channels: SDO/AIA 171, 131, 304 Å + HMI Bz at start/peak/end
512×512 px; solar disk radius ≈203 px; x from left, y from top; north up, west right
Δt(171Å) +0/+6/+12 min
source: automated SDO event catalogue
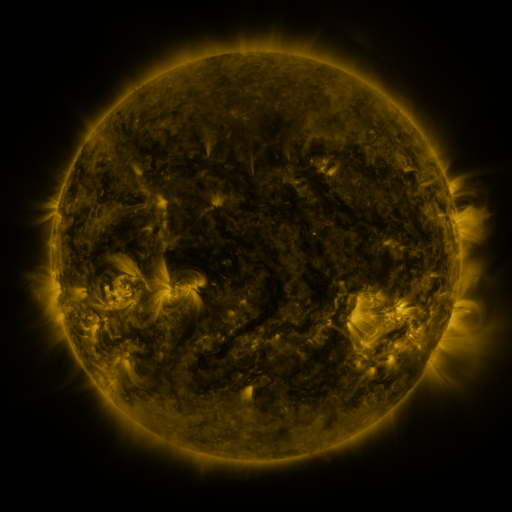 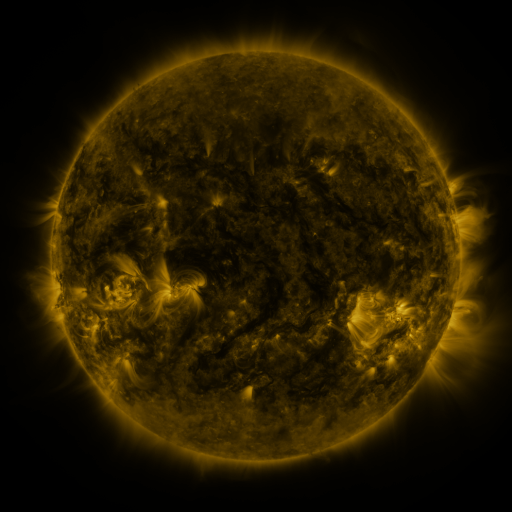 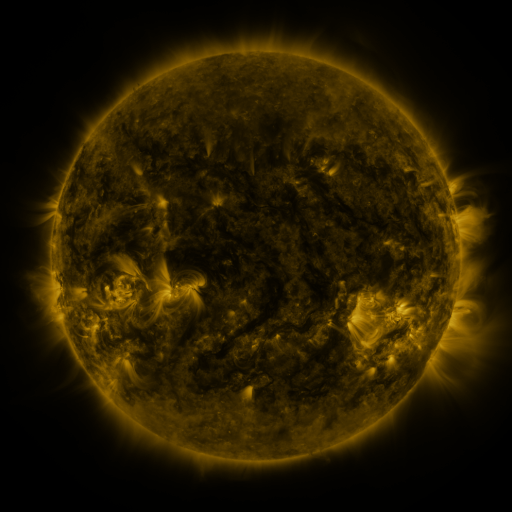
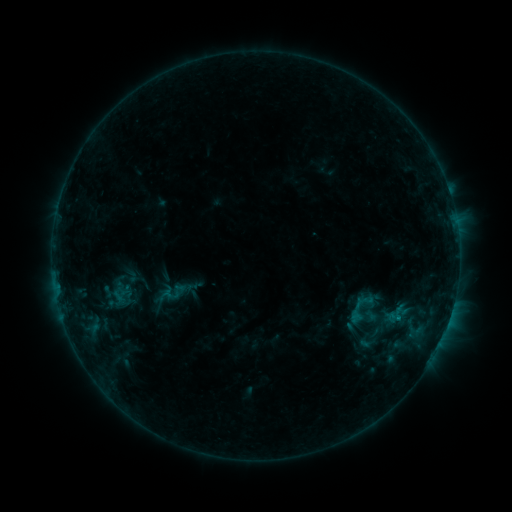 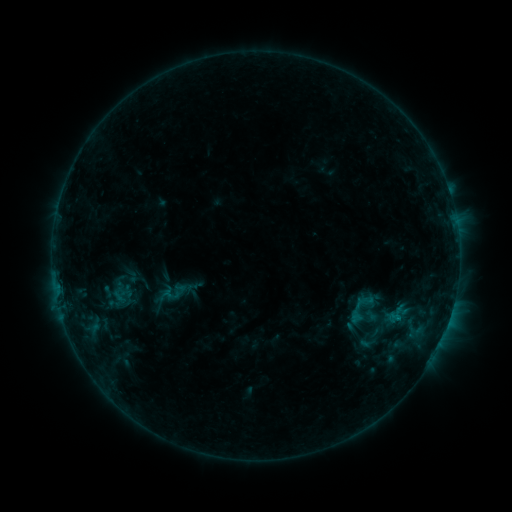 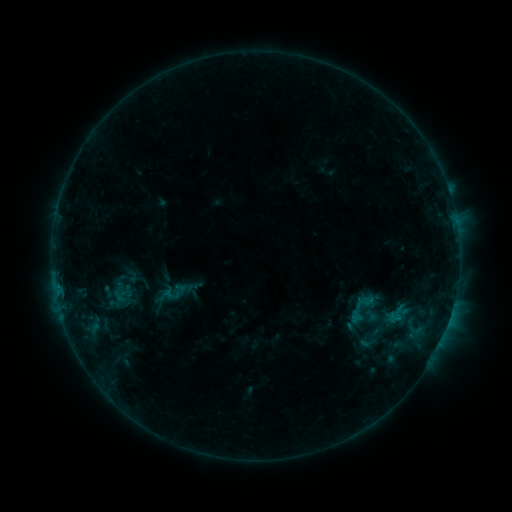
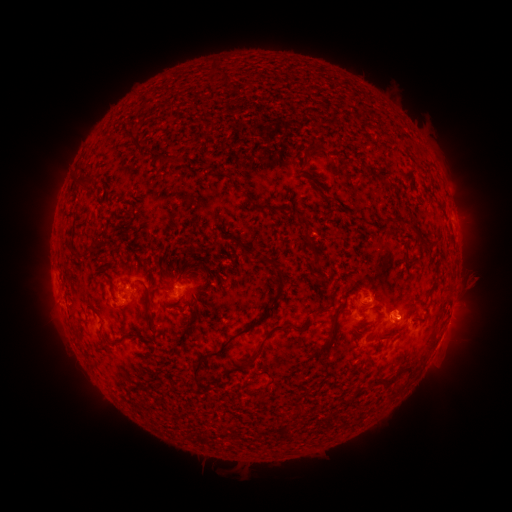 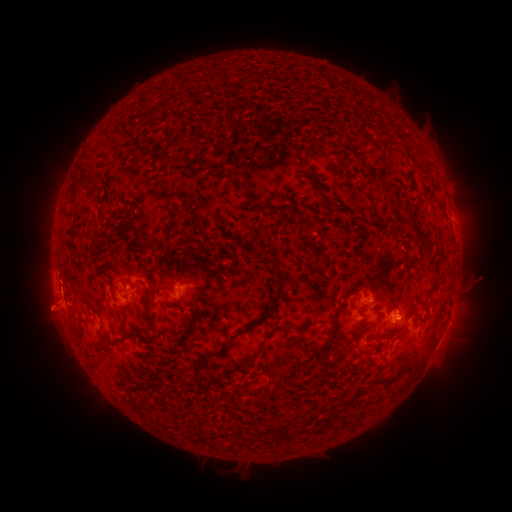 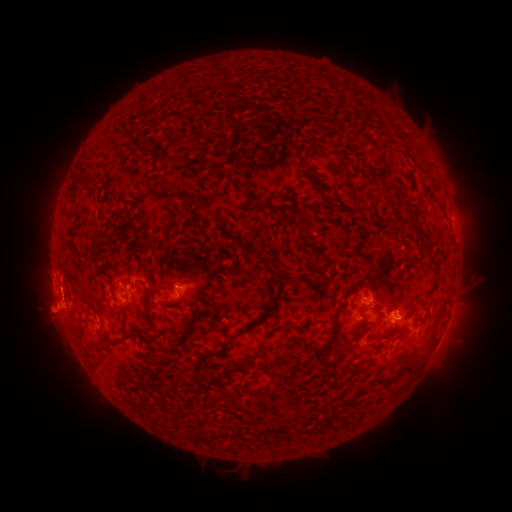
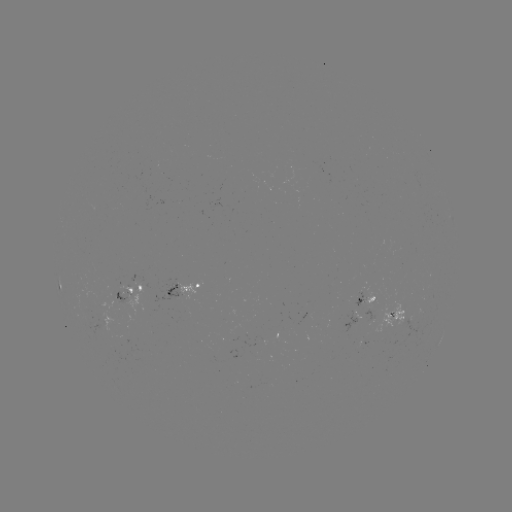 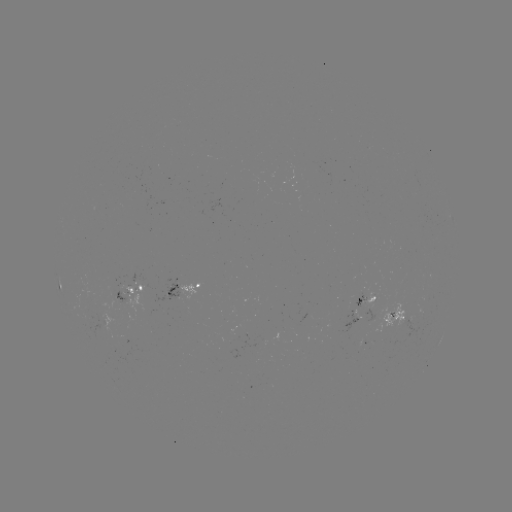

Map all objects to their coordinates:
eruption: (51, 312)
